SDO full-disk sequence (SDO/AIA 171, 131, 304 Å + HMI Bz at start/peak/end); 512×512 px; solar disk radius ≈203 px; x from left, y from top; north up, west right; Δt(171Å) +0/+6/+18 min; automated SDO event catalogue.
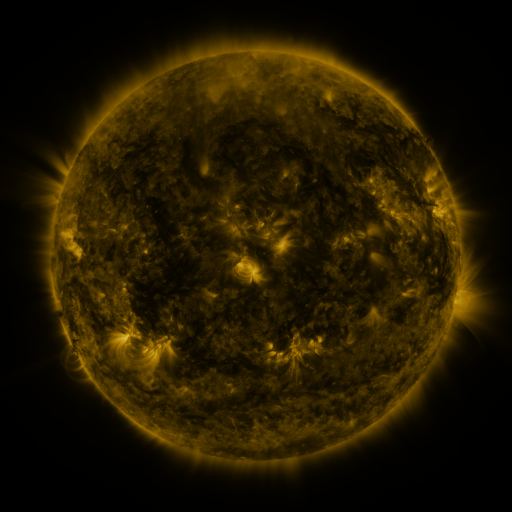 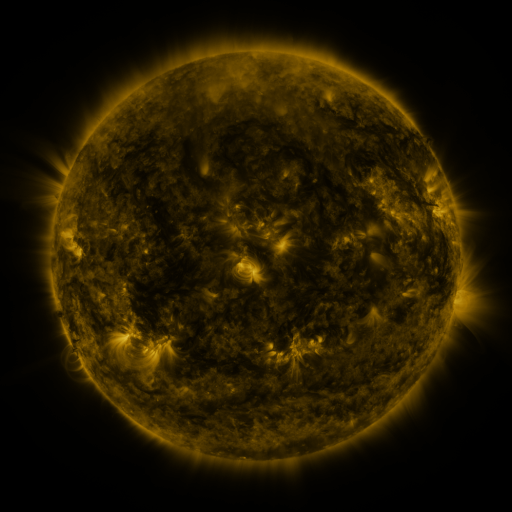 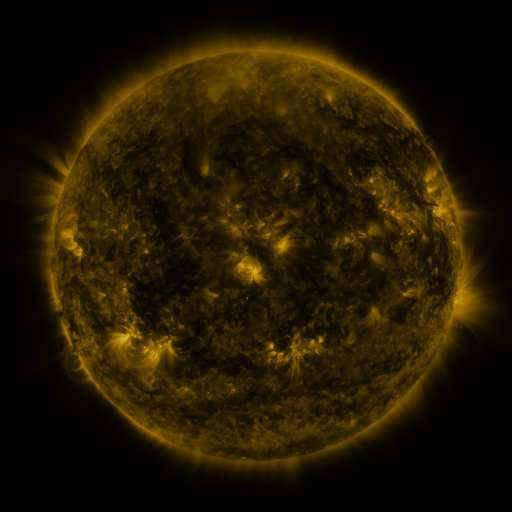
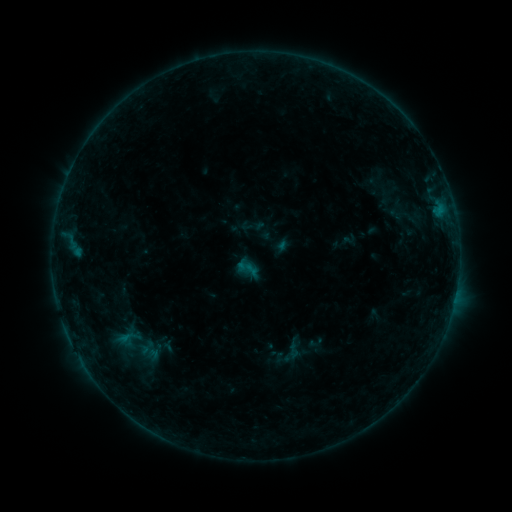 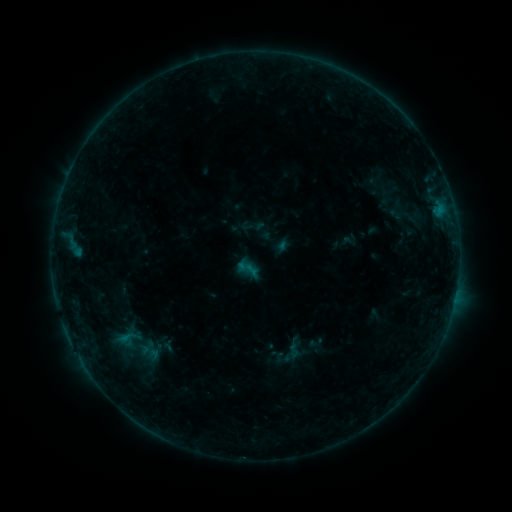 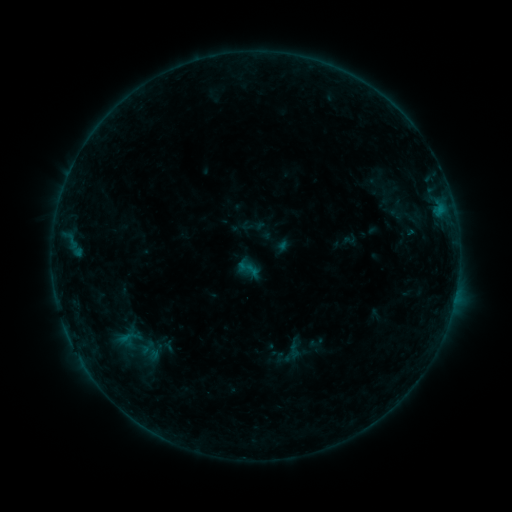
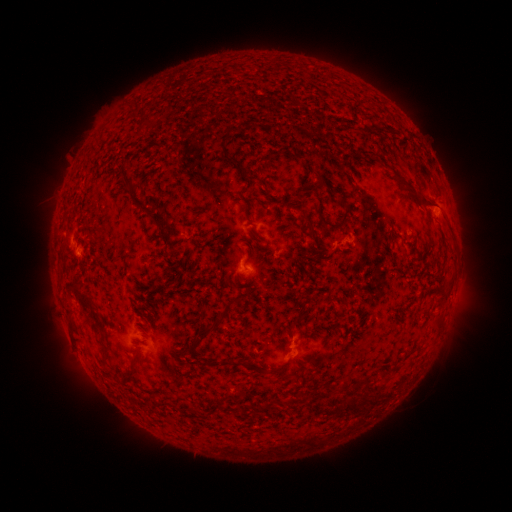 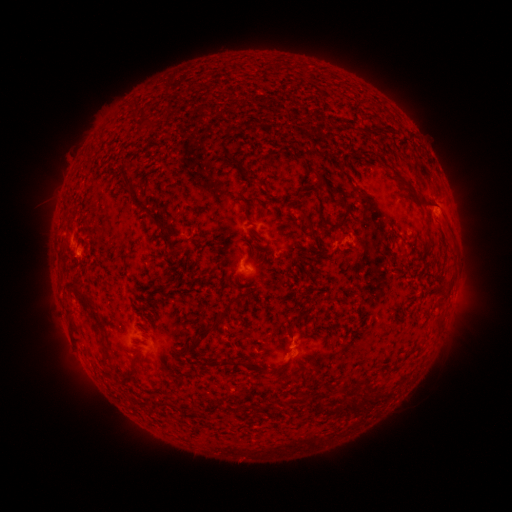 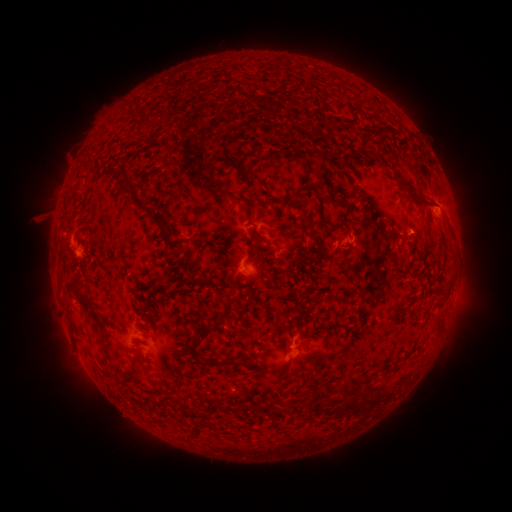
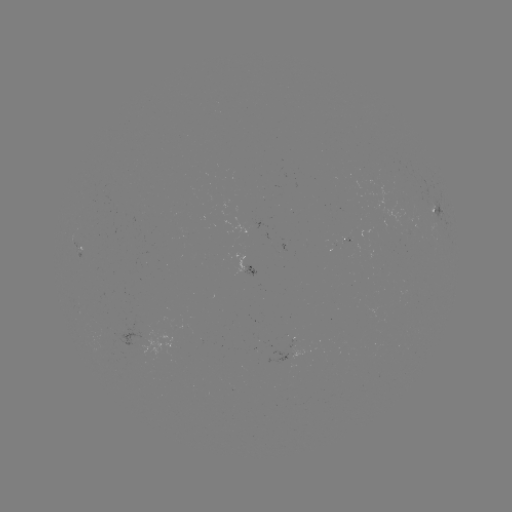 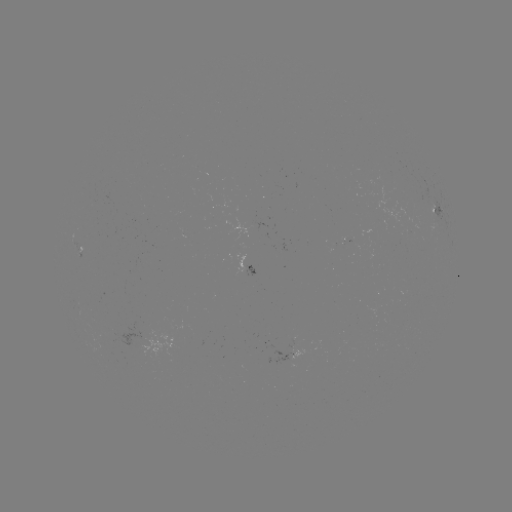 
no catalogued flare and no flagged EUV brightening in this window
